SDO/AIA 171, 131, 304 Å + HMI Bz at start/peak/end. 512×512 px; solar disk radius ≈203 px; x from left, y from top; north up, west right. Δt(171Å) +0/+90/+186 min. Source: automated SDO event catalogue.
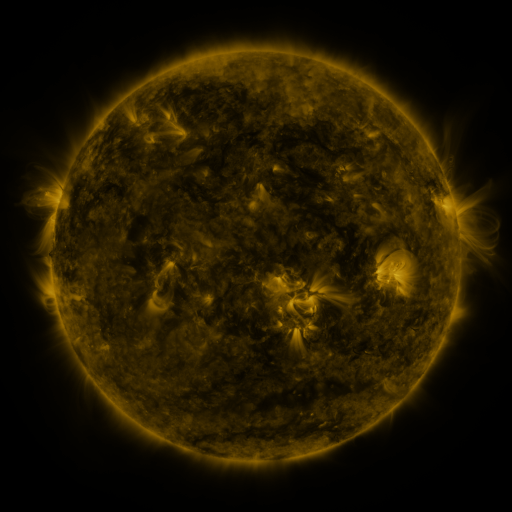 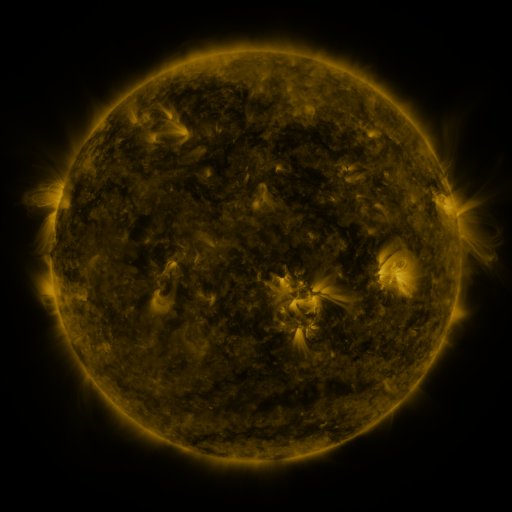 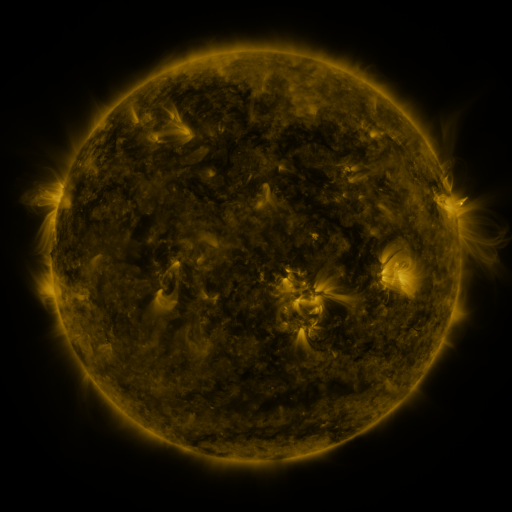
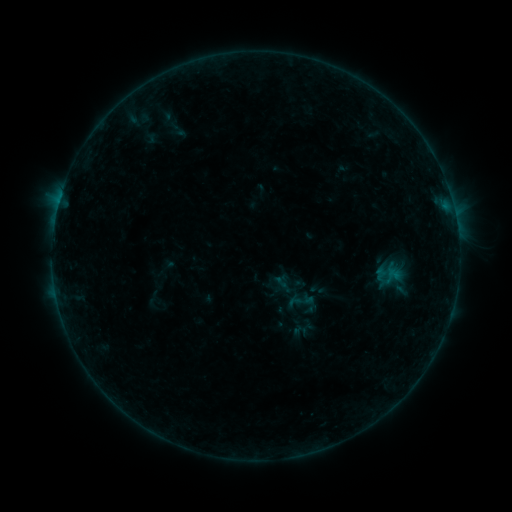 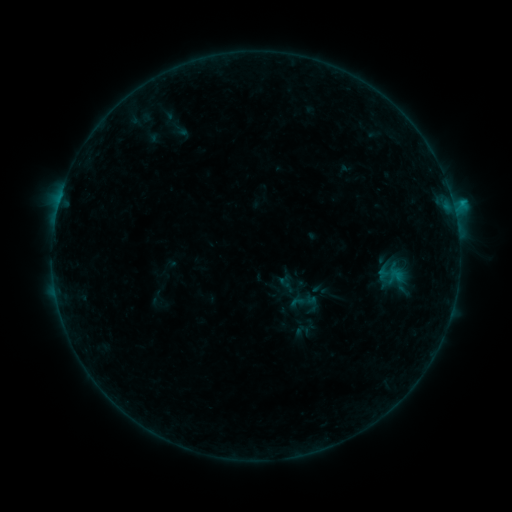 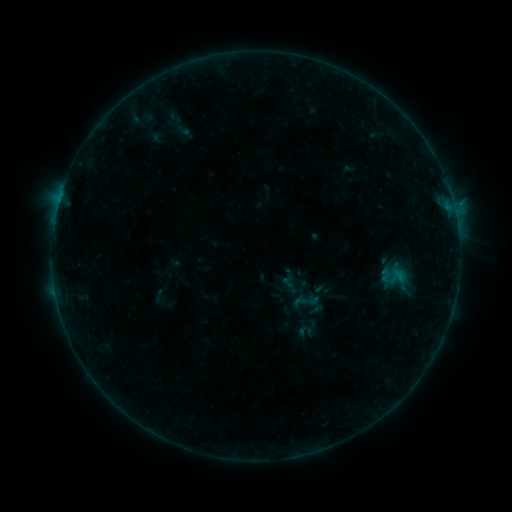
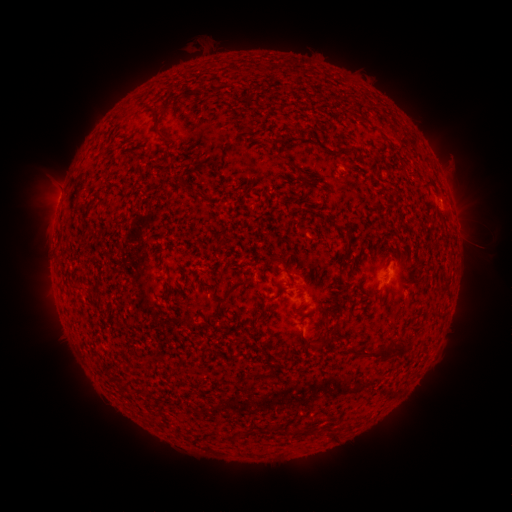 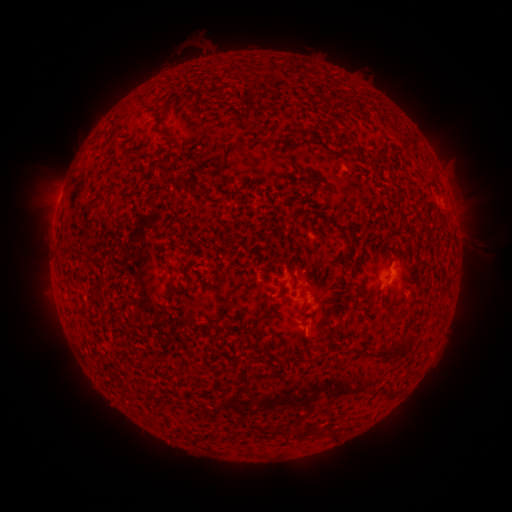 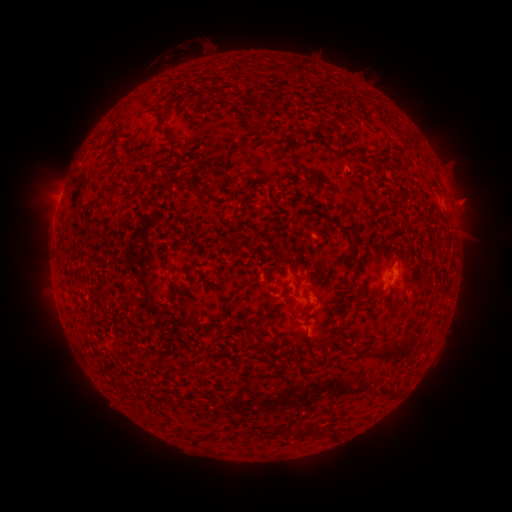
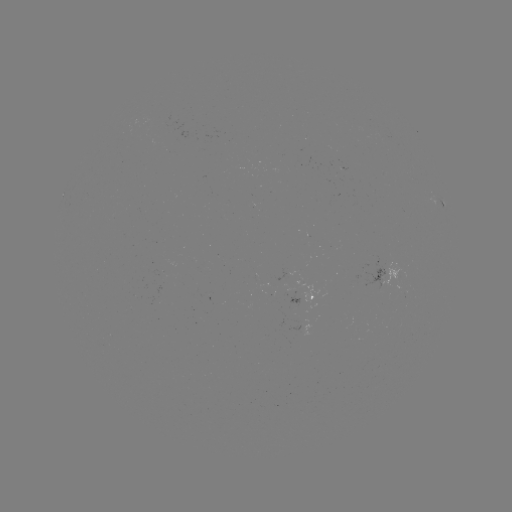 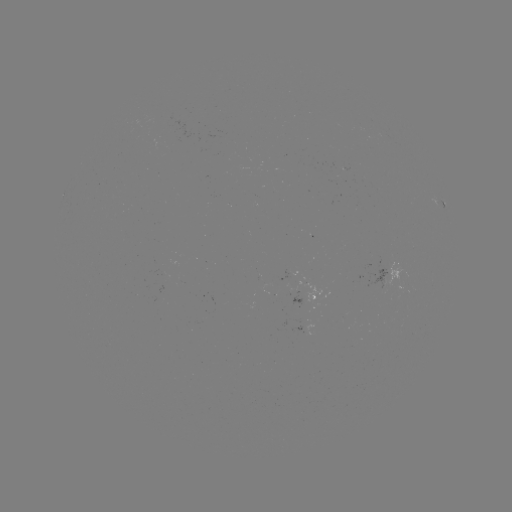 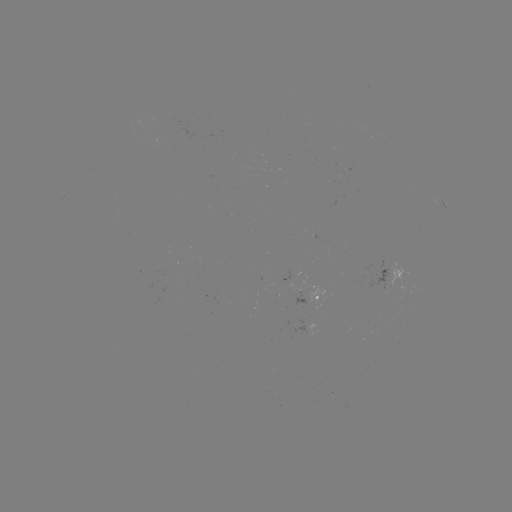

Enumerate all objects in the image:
B9.1 flare: (452, 205)
